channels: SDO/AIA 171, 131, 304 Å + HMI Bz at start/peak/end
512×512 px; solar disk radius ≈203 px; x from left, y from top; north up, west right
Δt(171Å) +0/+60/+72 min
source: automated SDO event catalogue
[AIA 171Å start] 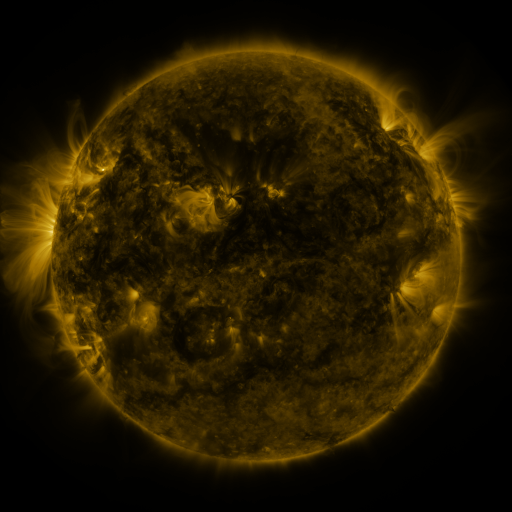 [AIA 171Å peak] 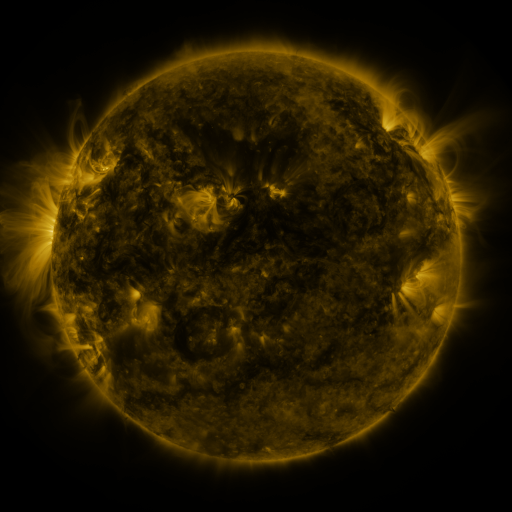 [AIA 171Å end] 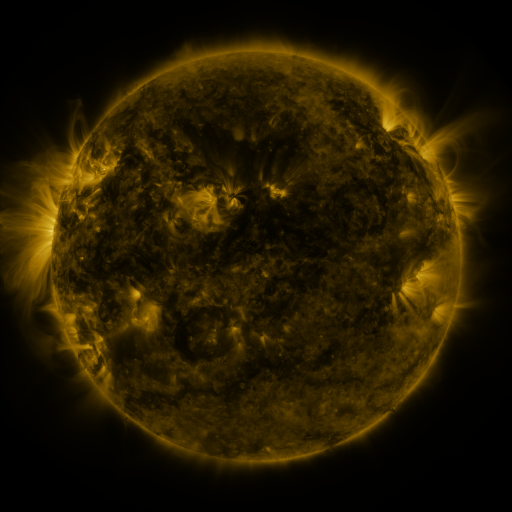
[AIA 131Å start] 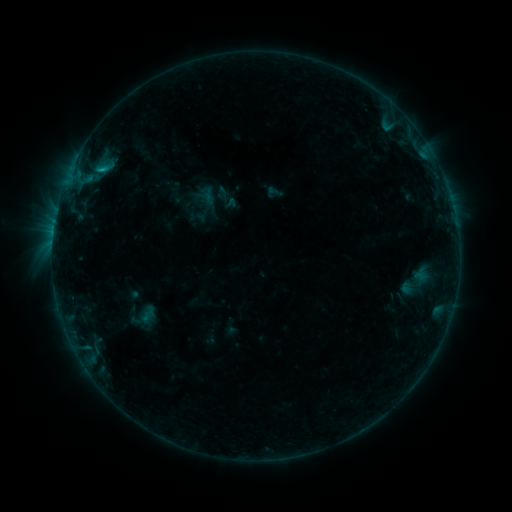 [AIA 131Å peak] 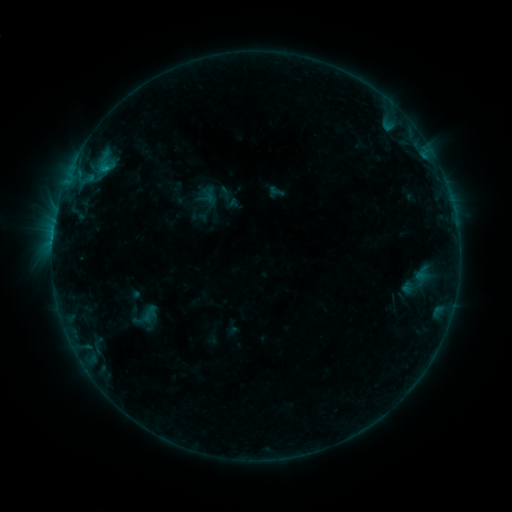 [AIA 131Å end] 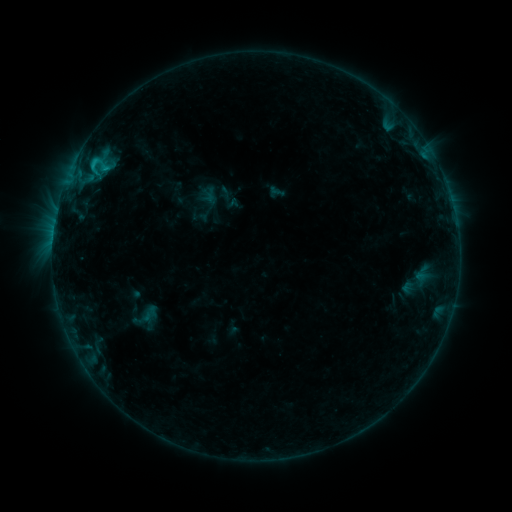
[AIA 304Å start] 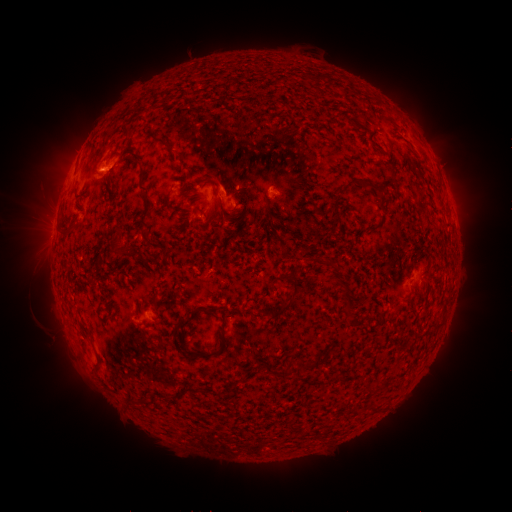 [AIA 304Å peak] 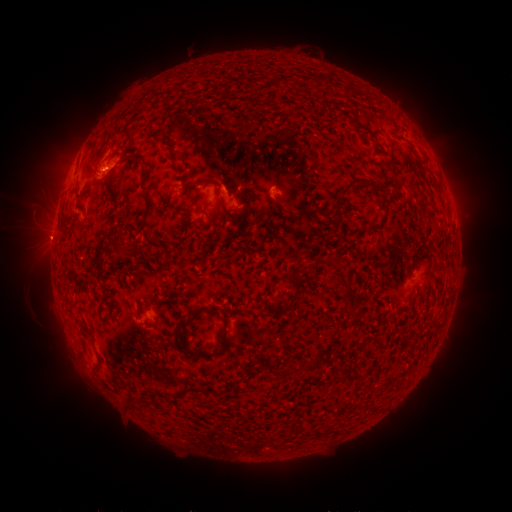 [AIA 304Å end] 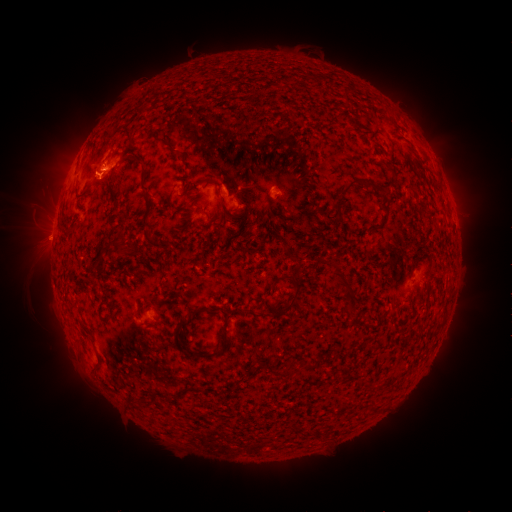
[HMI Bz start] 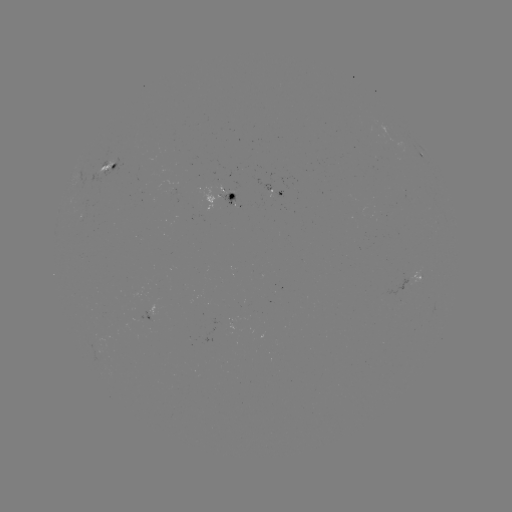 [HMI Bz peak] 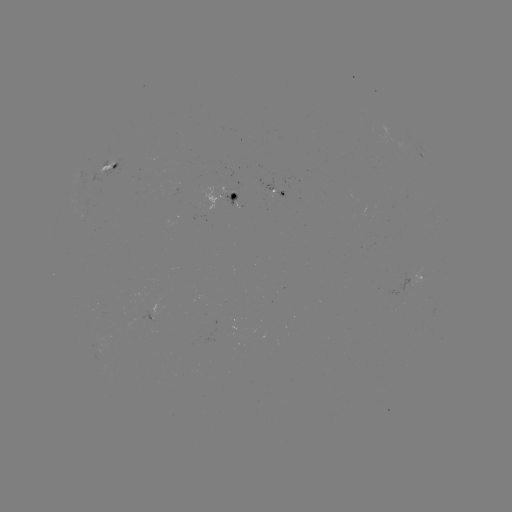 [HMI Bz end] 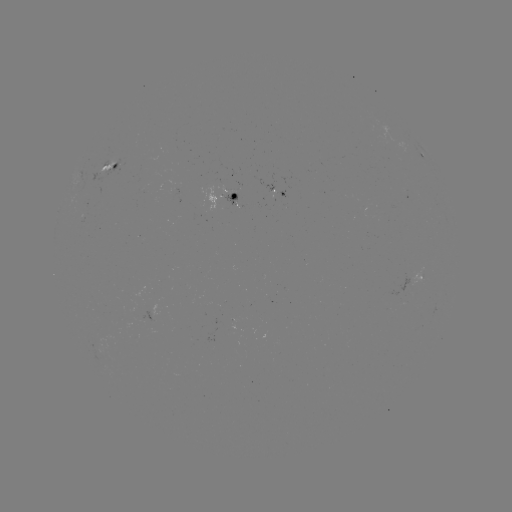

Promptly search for emerging-flux region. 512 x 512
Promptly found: (150, 318).